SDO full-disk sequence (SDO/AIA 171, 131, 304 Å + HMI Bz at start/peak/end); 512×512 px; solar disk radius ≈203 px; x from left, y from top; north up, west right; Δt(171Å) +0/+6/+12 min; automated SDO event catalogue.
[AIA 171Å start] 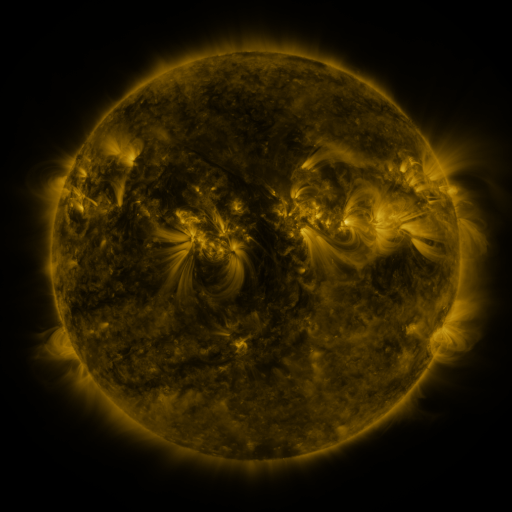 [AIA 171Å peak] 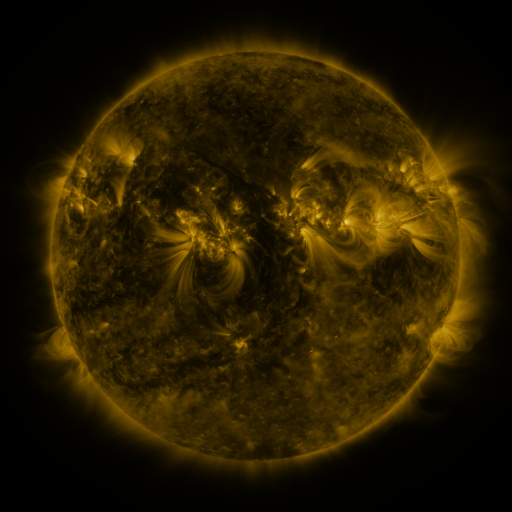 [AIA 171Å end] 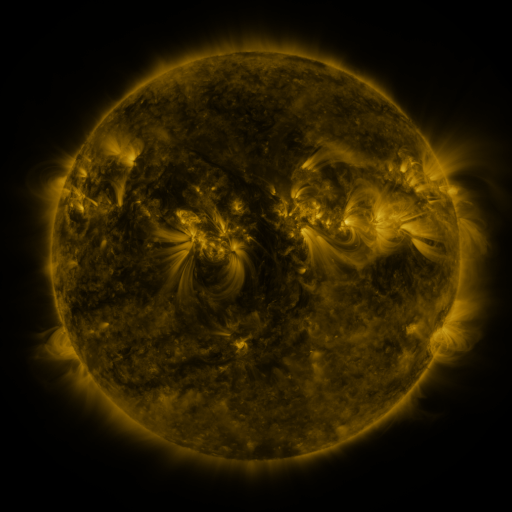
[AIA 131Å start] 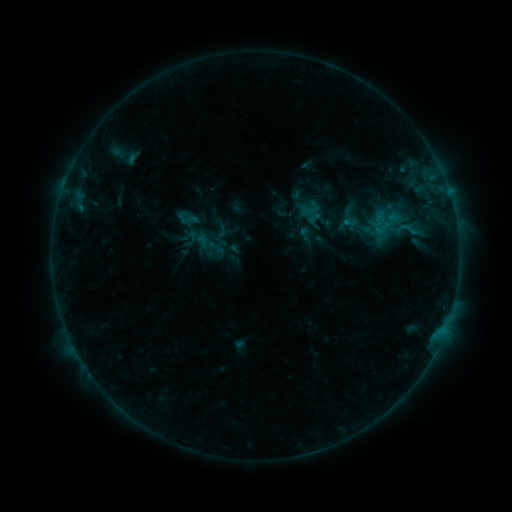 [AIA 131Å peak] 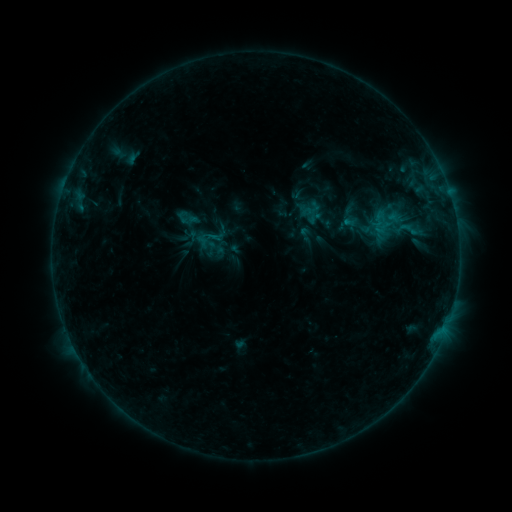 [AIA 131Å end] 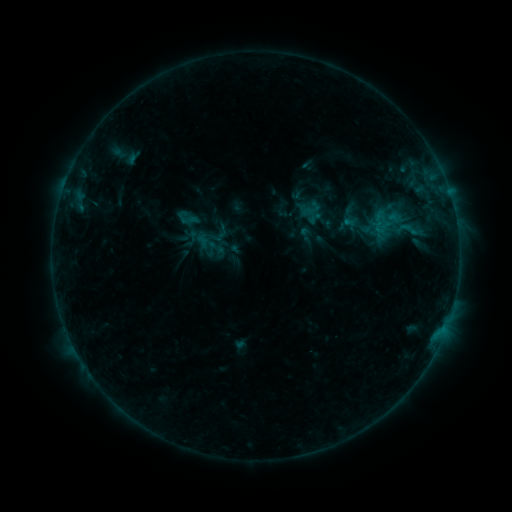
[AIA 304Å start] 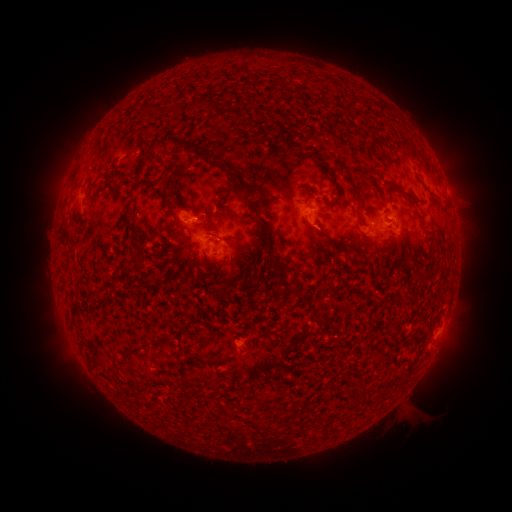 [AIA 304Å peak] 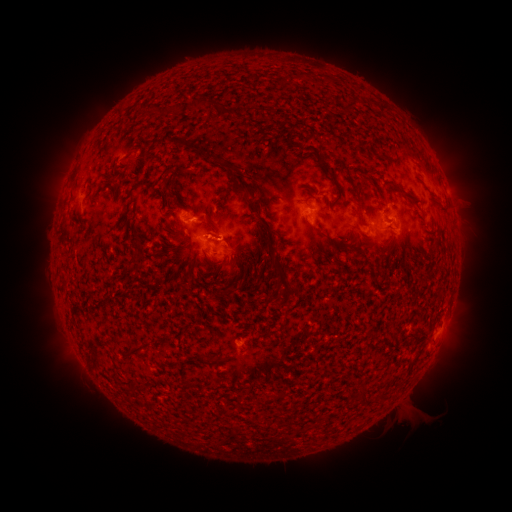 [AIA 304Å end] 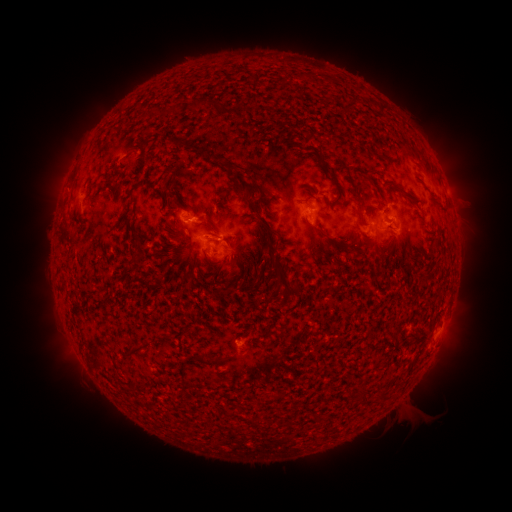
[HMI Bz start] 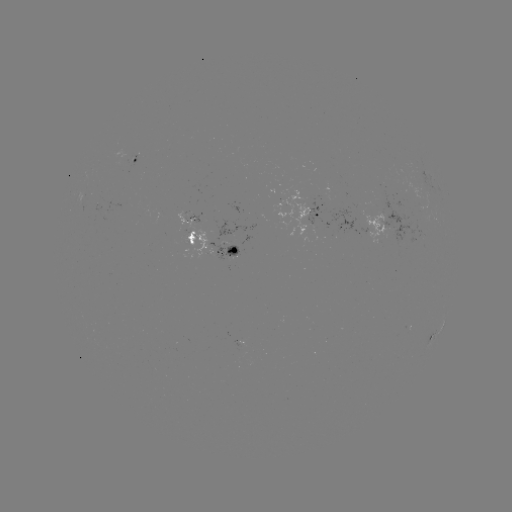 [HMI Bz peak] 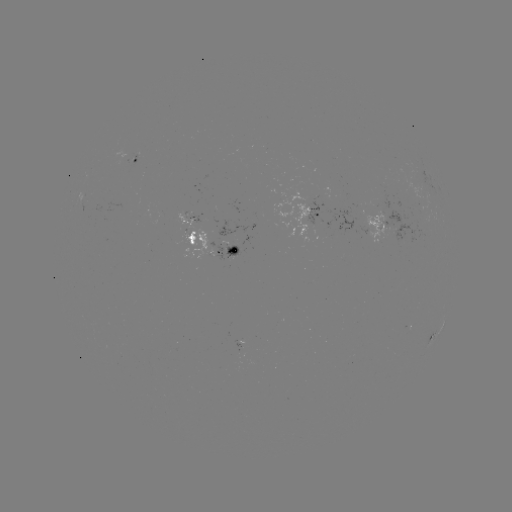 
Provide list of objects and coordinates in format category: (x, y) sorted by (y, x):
B4.5 flare: (220, 241)
